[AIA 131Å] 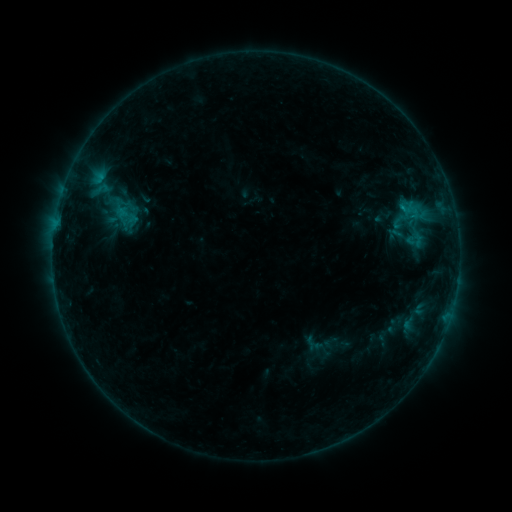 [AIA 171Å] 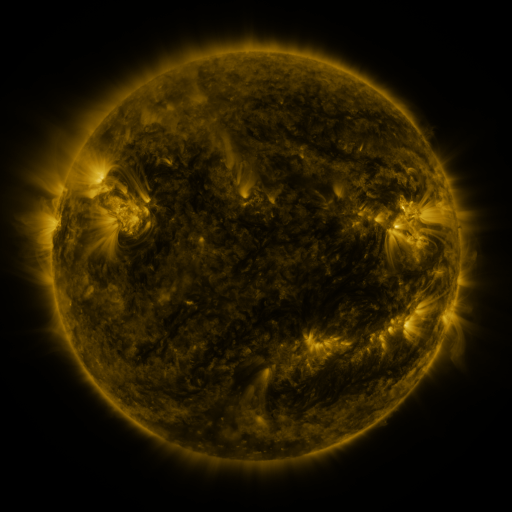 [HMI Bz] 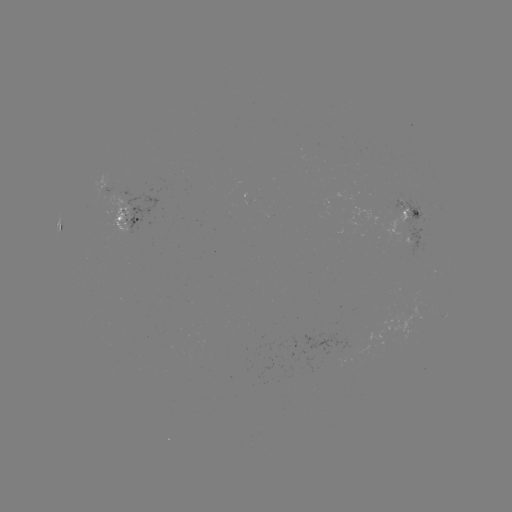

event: sigmoid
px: (126, 215)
